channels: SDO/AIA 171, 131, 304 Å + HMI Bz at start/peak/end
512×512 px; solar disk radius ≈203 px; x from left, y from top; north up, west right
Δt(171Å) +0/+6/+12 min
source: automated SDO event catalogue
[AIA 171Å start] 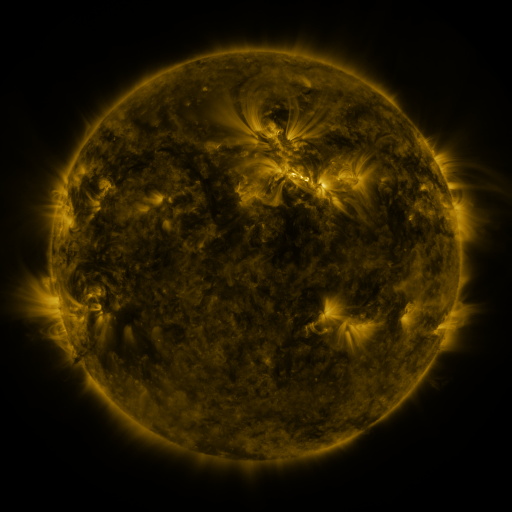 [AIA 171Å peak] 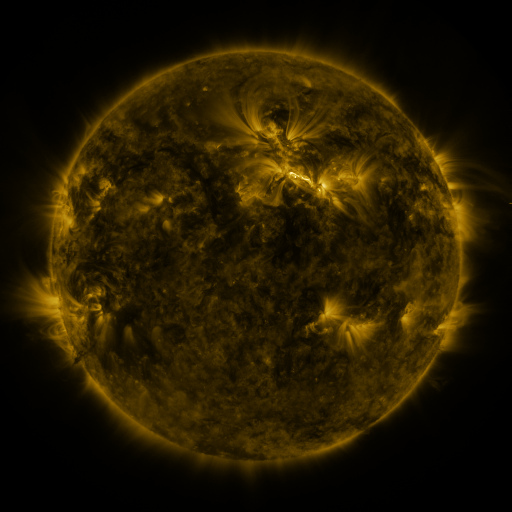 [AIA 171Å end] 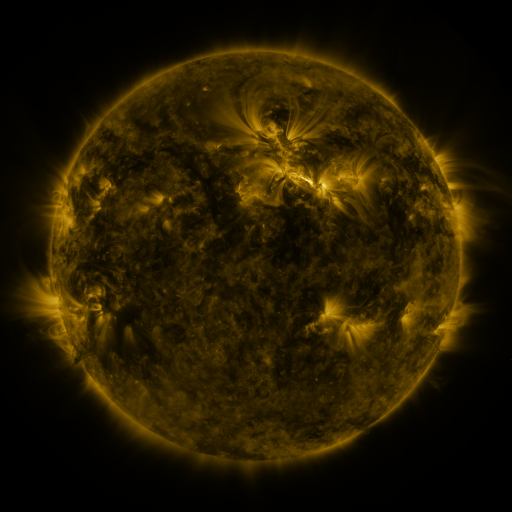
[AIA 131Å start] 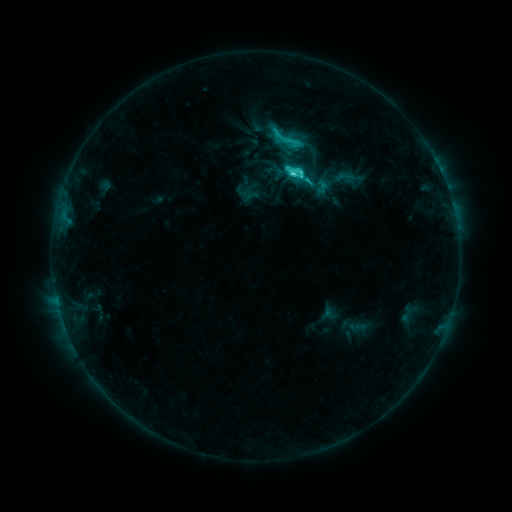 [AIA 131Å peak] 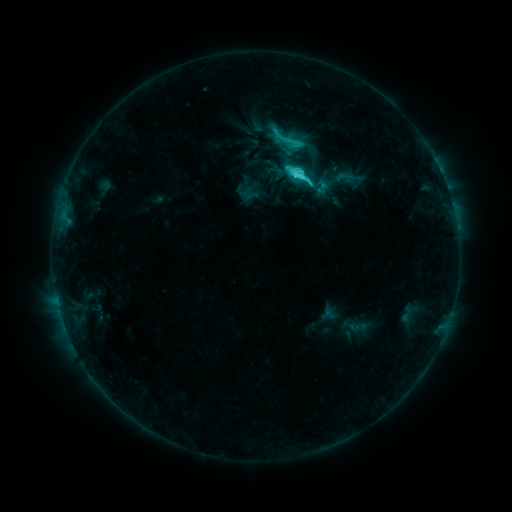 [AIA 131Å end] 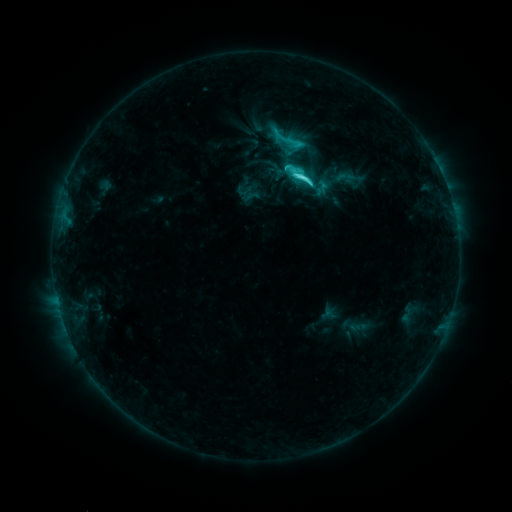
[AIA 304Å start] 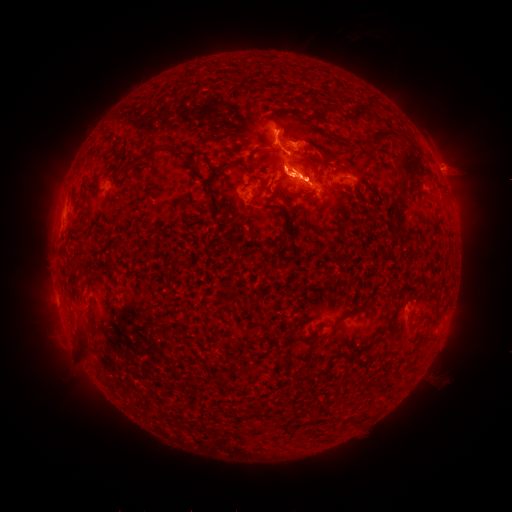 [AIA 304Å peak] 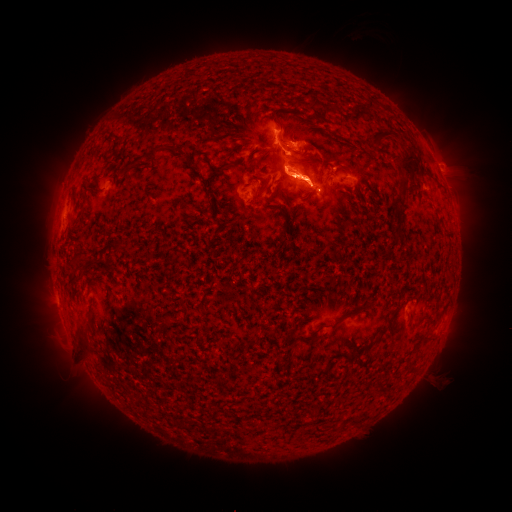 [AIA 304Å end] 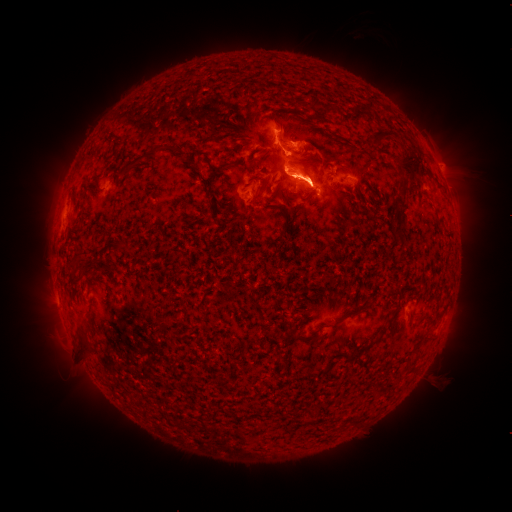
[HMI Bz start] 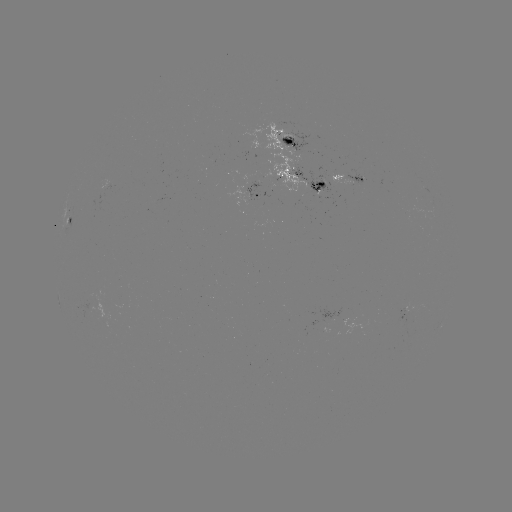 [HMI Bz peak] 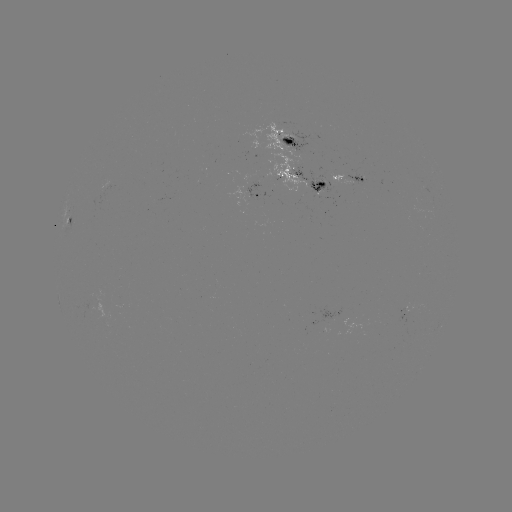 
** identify eruption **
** [319, 184] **